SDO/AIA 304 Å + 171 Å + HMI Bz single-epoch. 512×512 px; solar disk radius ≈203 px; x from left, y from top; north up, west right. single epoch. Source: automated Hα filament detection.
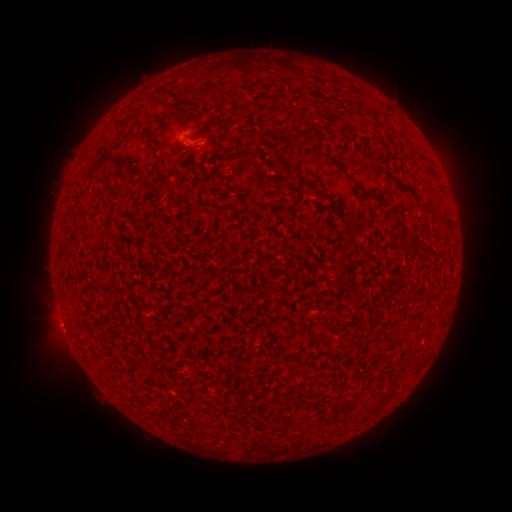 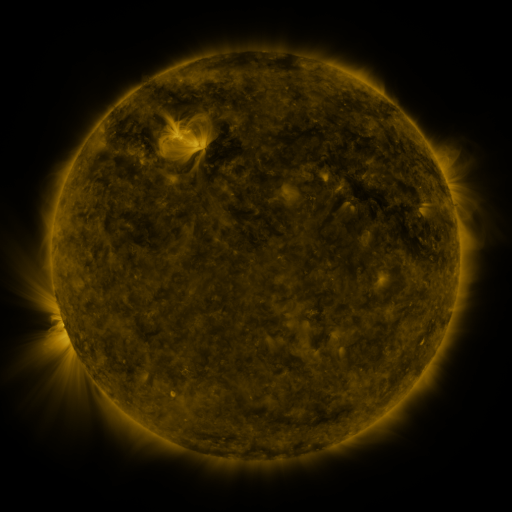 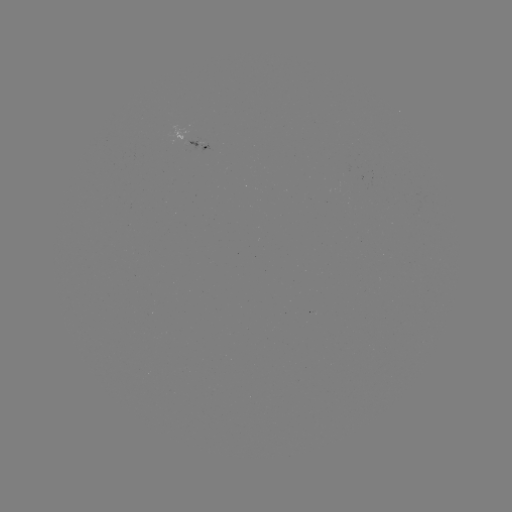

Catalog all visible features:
filament: [201, 87, 211, 99]
filament: [301, 127, 312, 137]
filament: [318, 152, 329, 163]
filament: [336, 165, 346, 174]
filament: [205, 183, 212, 194]
filament: [355, 184, 377, 200]
